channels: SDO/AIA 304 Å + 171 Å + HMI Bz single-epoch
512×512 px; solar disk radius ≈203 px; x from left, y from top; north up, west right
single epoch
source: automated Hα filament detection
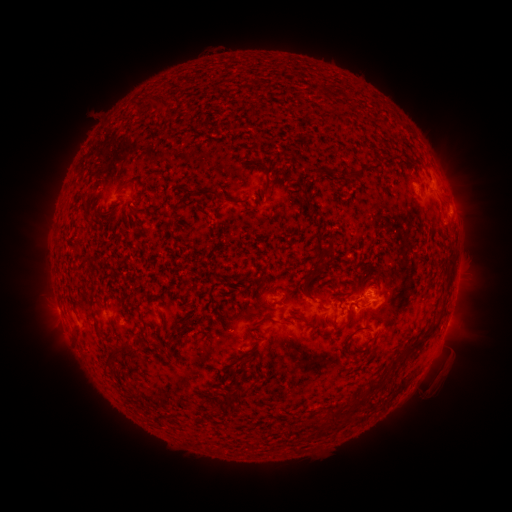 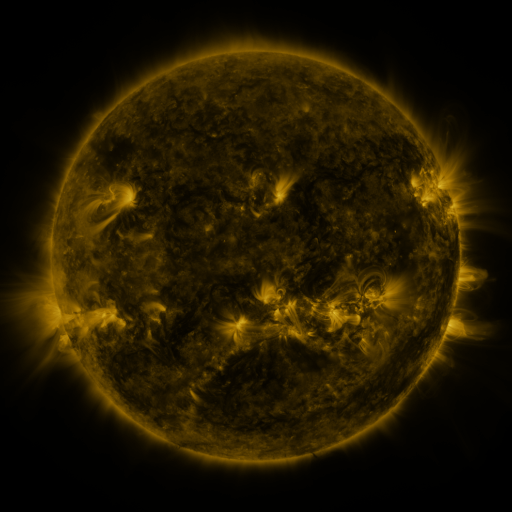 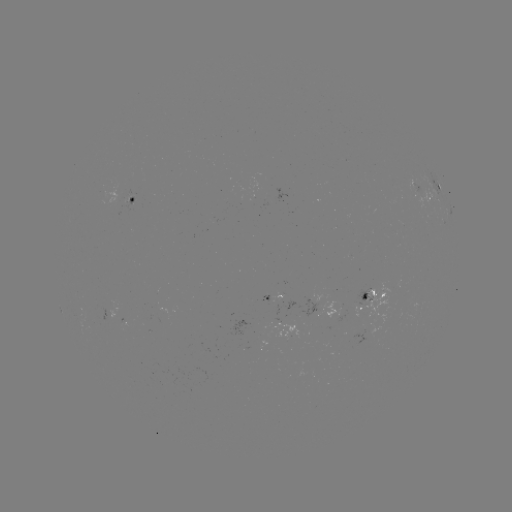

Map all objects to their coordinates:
filament: [158, 99, 168, 109]
filament: [325, 169, 335, 177]
filament: [263, 181, 270, 196]
filament: [197, 188, 217, 196]
filament: [218, 195, 237, 204]
filament: [311, 235, 325, 261]
filament: [309, 264, 323, 277]
filament: [306, 295, 324, 310]
filament: [341, 305, 352, 327]
filament: [294, 314, 319, 330]
filament: [252, 316, 276, 326]
filament: [402, 325, 437, 357]
filament: [352, 326, 371, 334]
filament: [224, 327, 233, 334]
filament: [121, 340, 134, 353]
filament: [106, 346, 119, 358]
filament: [366, 380, 376, 390]
filament: [235, 384, 246, 396]
